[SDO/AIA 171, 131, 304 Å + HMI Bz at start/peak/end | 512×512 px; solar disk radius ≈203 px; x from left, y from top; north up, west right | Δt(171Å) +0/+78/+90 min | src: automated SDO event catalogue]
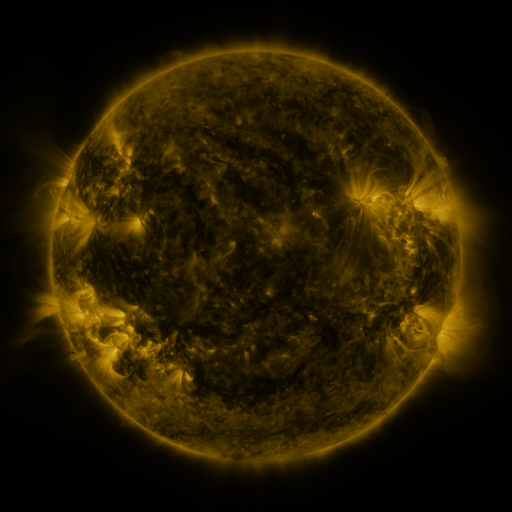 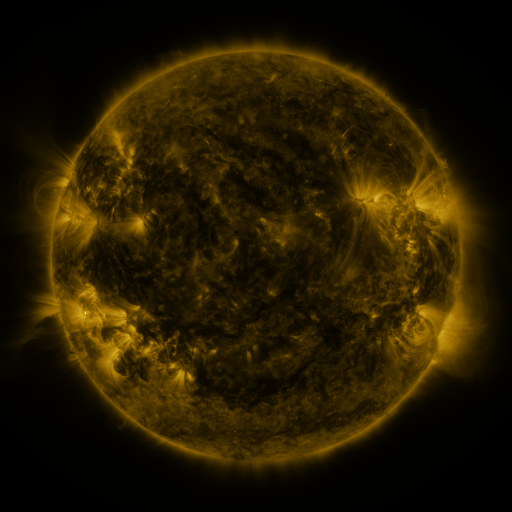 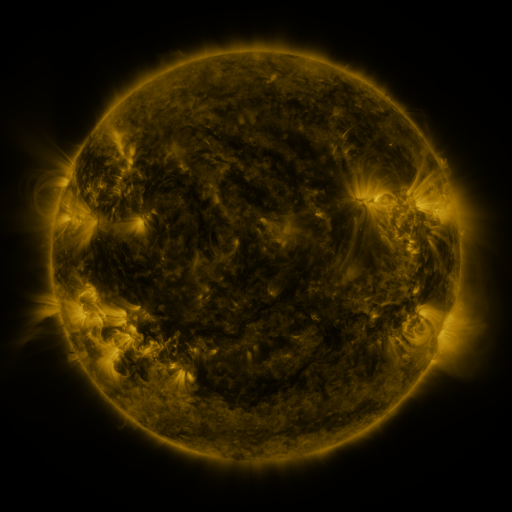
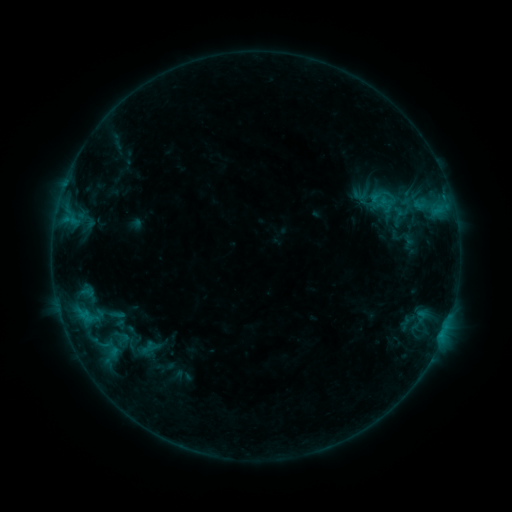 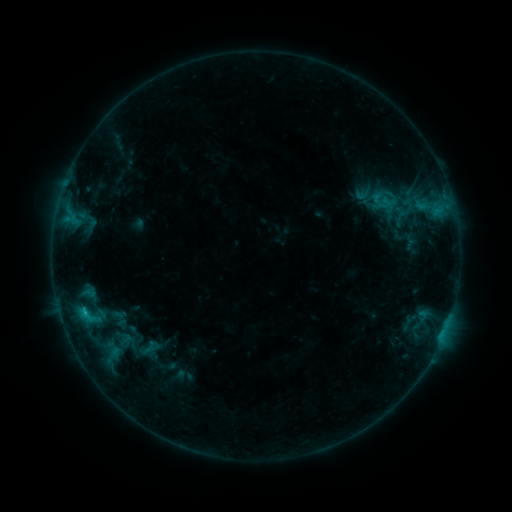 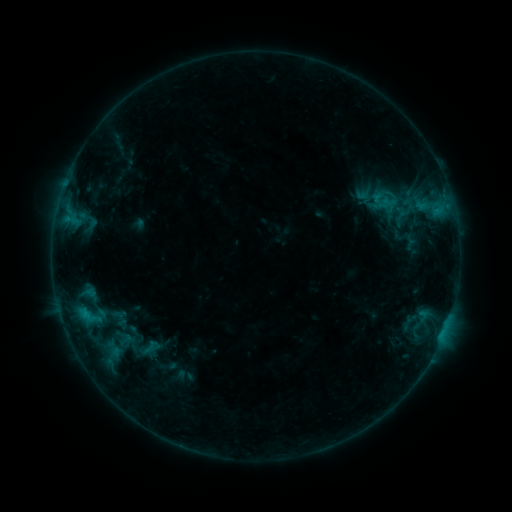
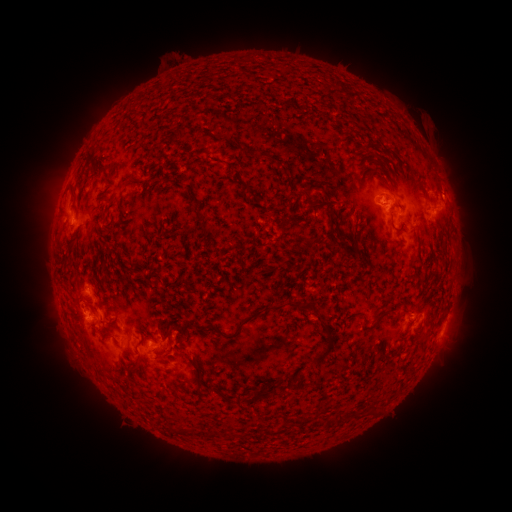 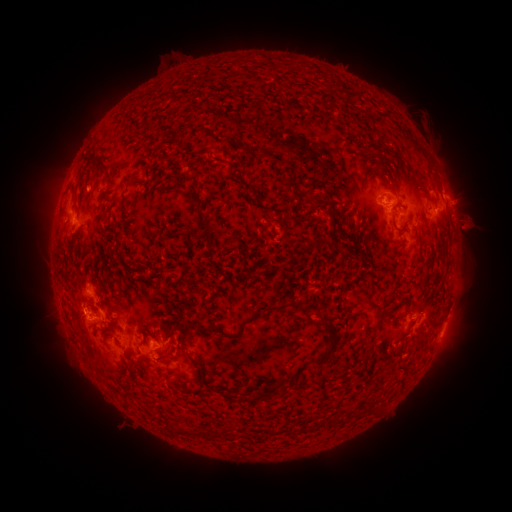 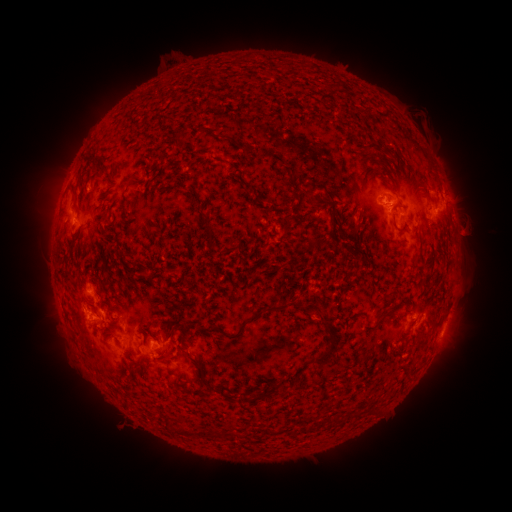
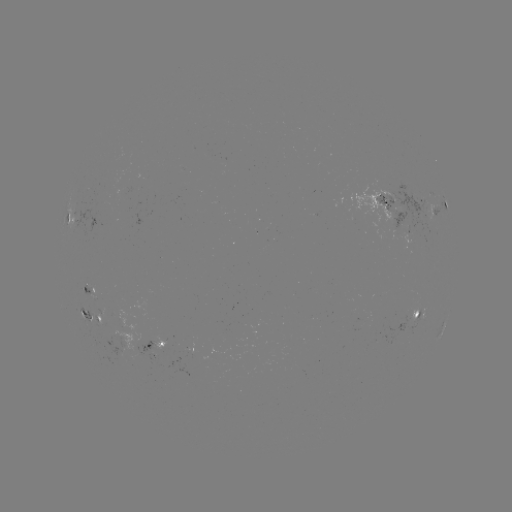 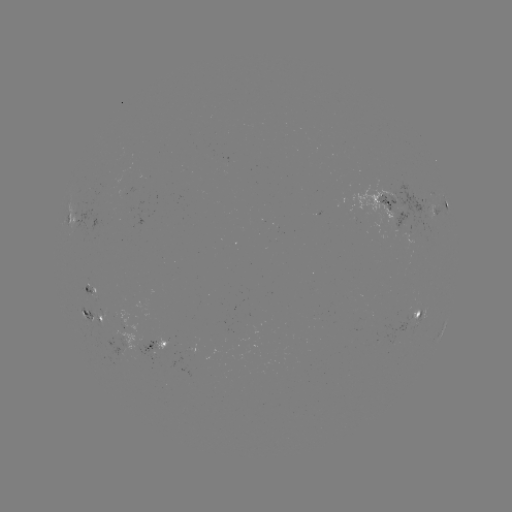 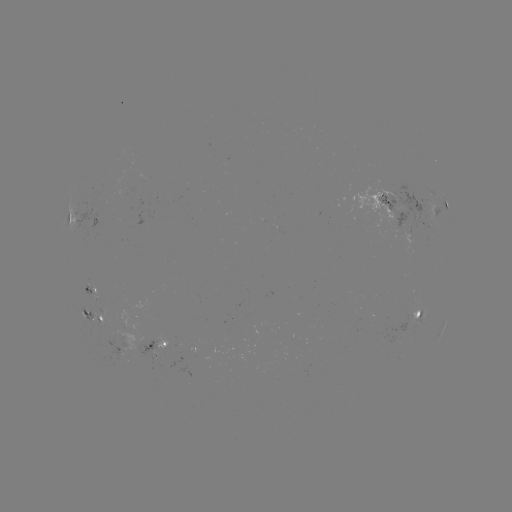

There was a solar emerging-flux region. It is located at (88, 286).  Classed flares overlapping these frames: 1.